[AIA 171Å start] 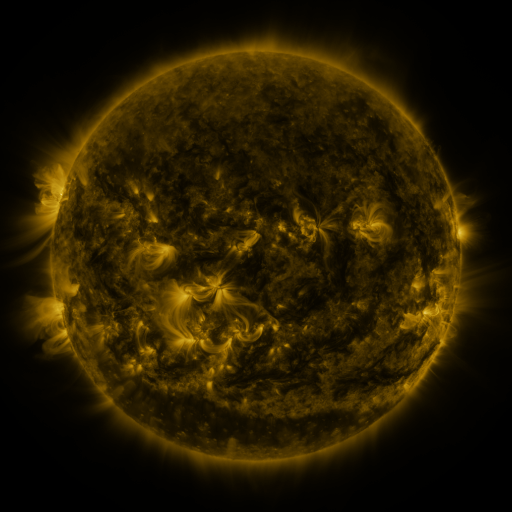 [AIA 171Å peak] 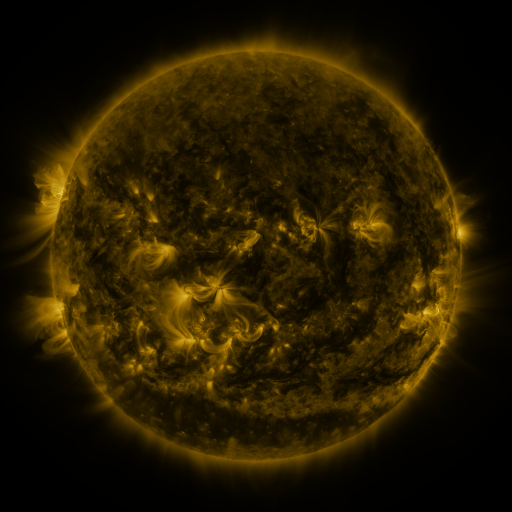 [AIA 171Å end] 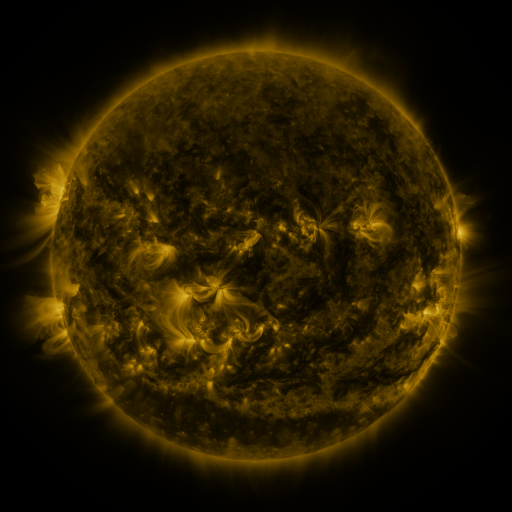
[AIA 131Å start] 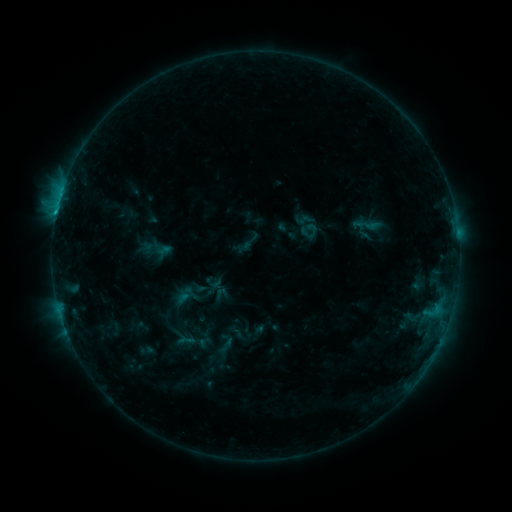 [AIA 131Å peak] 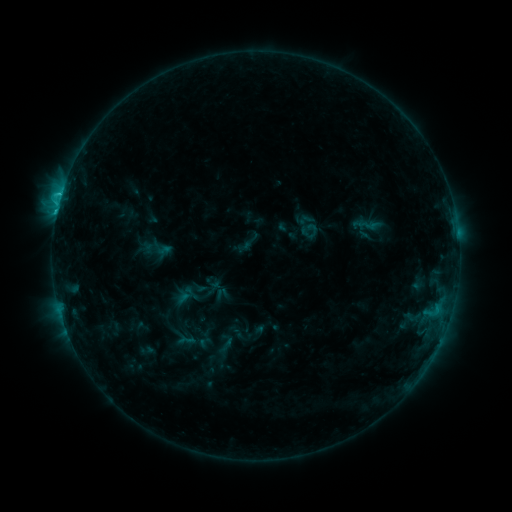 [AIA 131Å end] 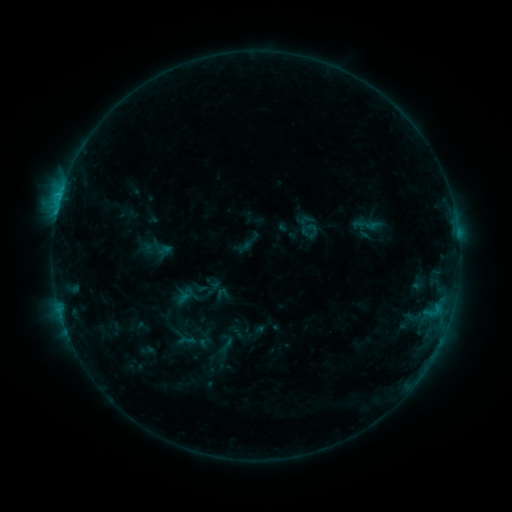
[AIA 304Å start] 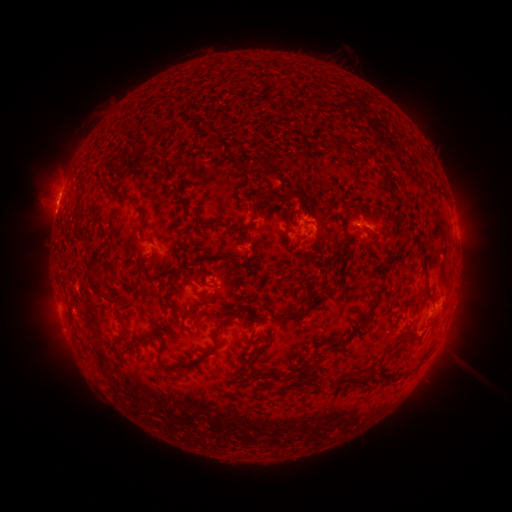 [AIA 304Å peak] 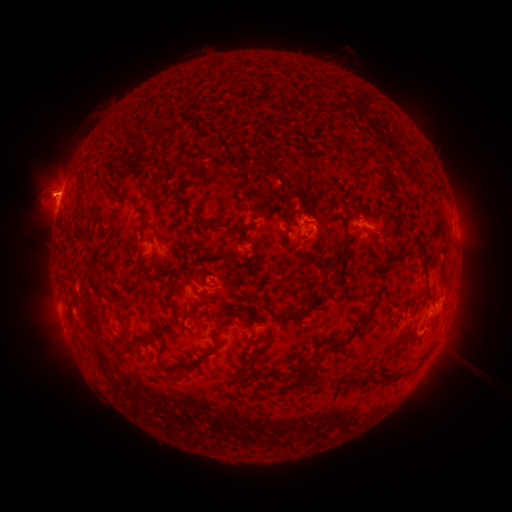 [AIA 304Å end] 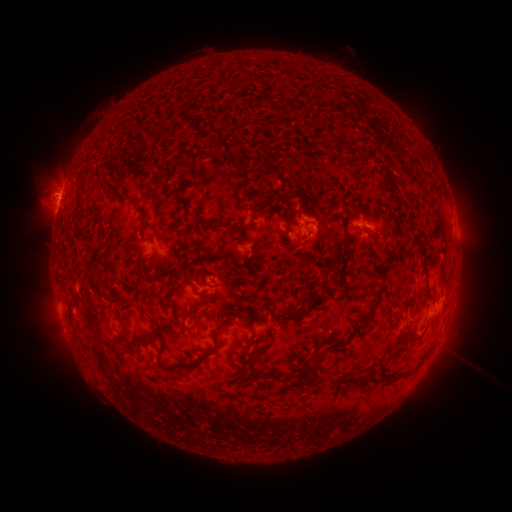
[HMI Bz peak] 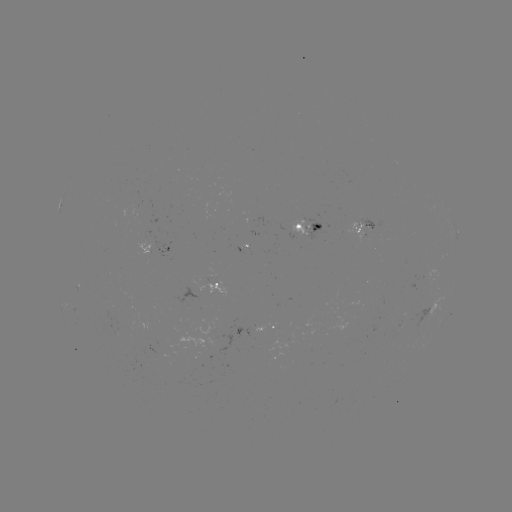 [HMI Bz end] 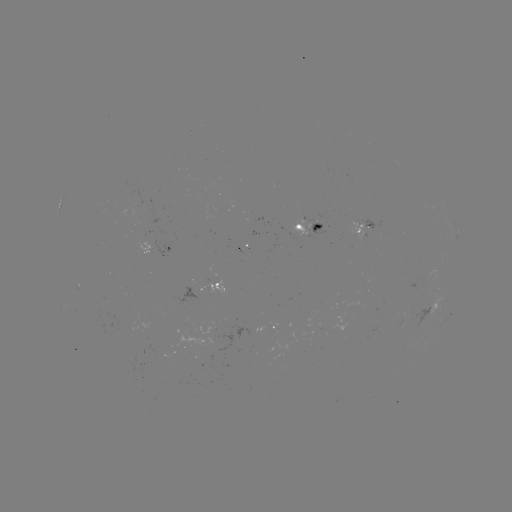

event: flare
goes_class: C1.7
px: (61, 196)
